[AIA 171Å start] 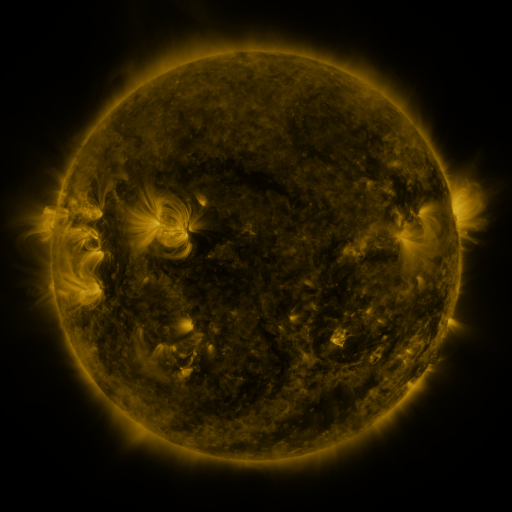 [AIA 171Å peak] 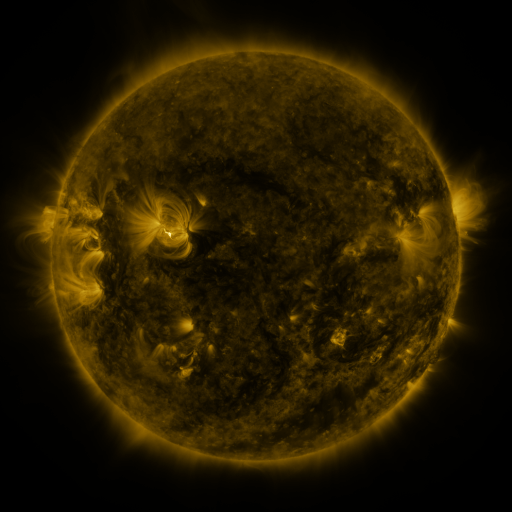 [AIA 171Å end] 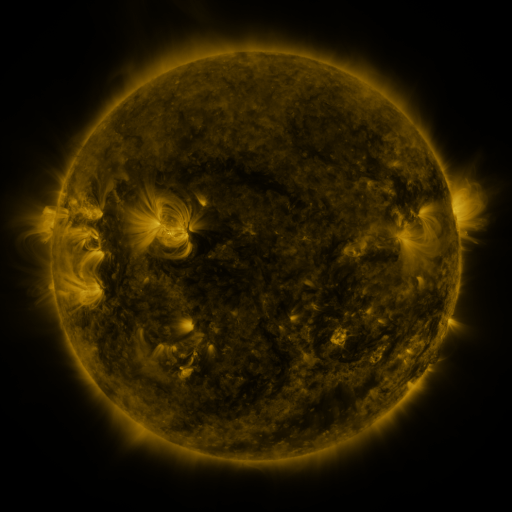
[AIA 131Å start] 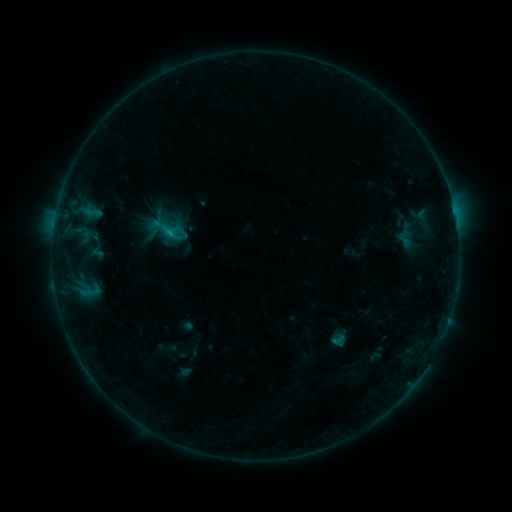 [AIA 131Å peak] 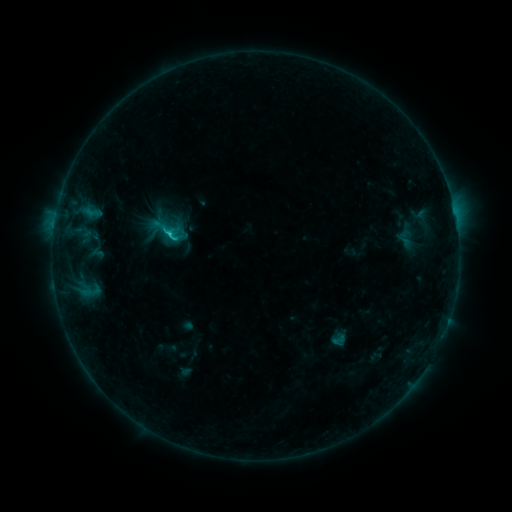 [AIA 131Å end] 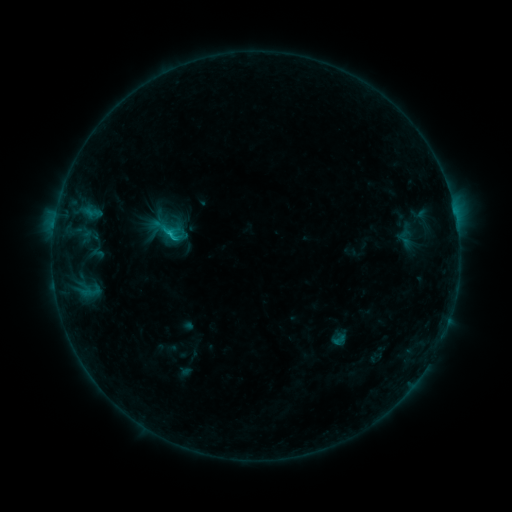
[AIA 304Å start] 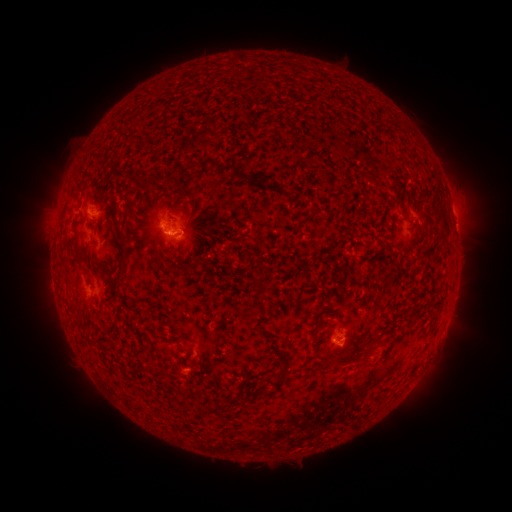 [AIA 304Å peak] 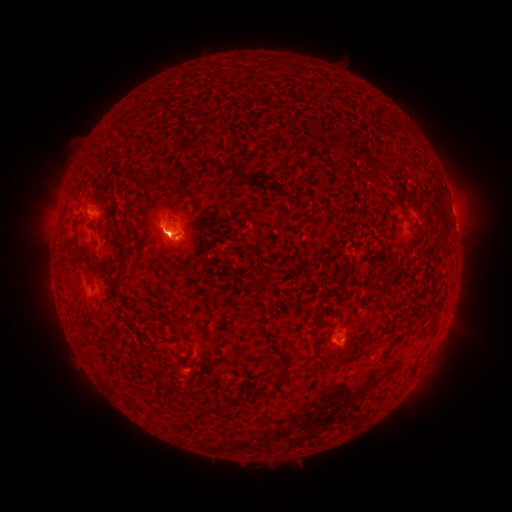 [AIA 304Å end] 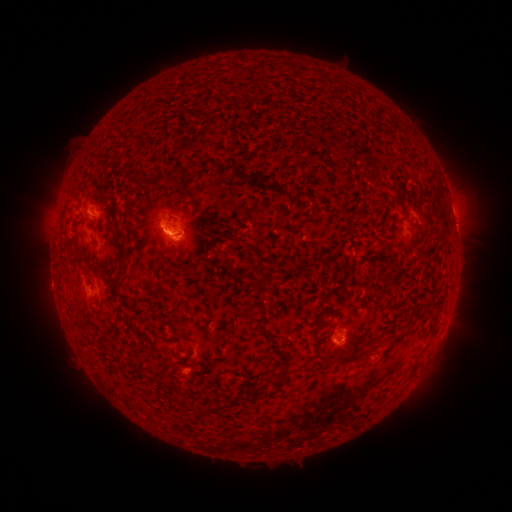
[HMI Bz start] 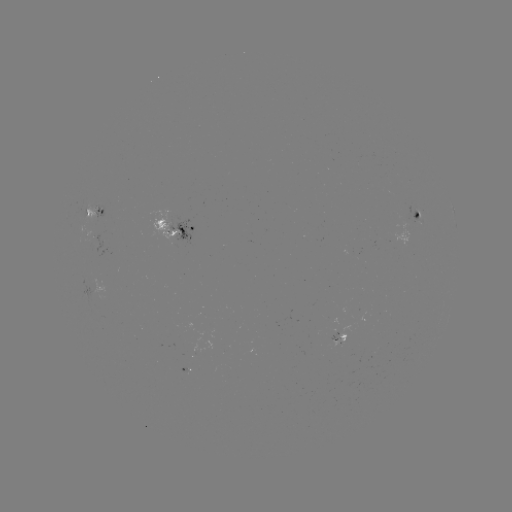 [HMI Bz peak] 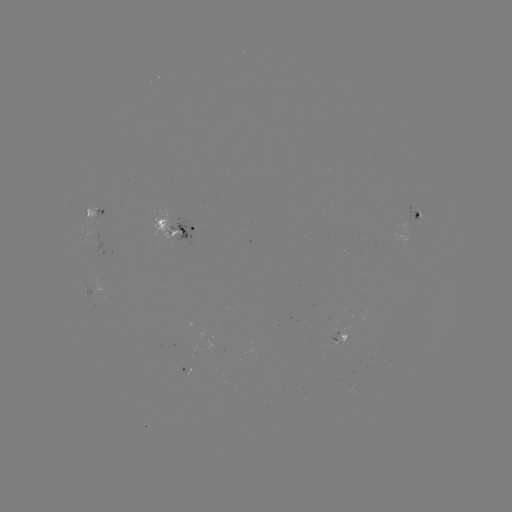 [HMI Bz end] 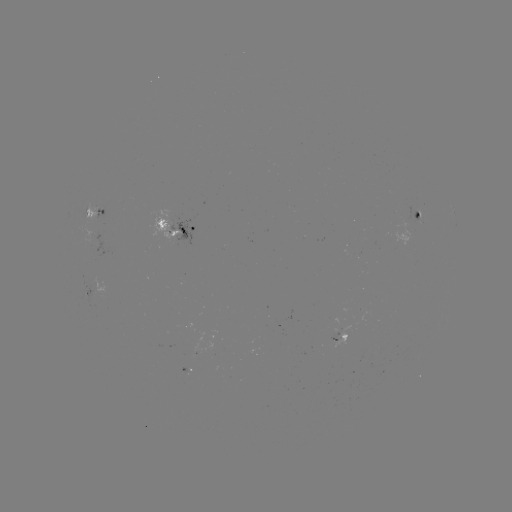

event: flare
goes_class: C1.1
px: (171, 234)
